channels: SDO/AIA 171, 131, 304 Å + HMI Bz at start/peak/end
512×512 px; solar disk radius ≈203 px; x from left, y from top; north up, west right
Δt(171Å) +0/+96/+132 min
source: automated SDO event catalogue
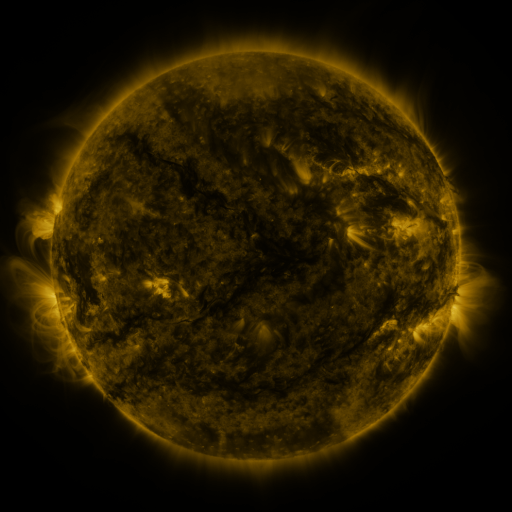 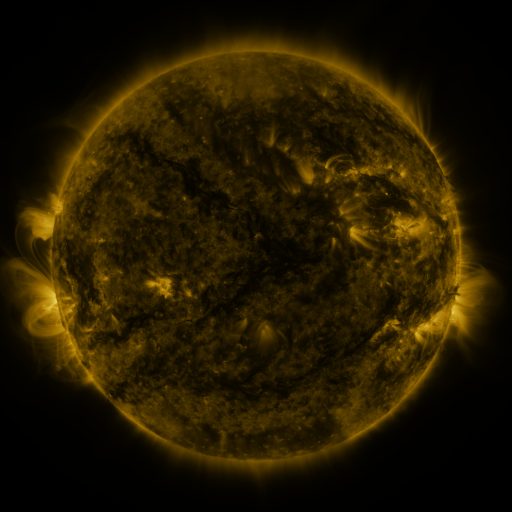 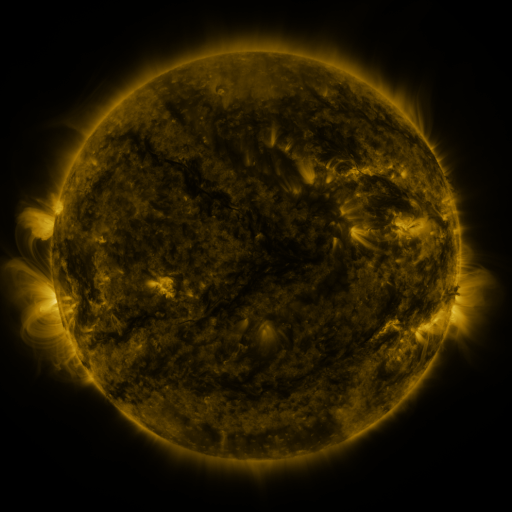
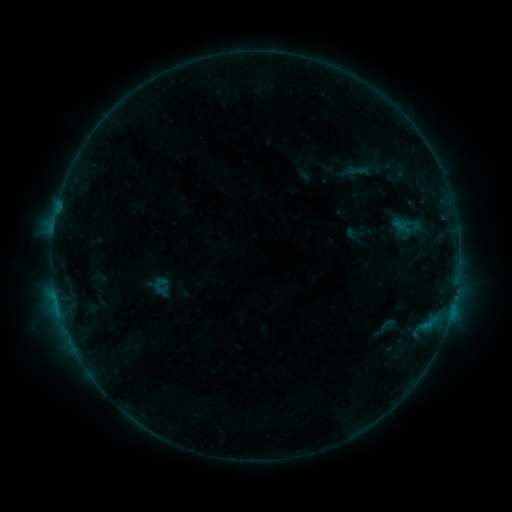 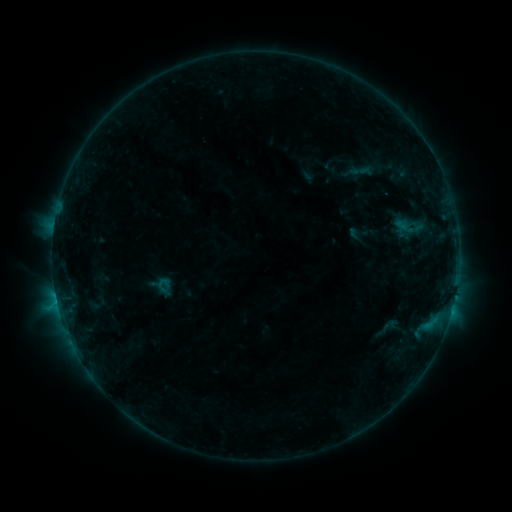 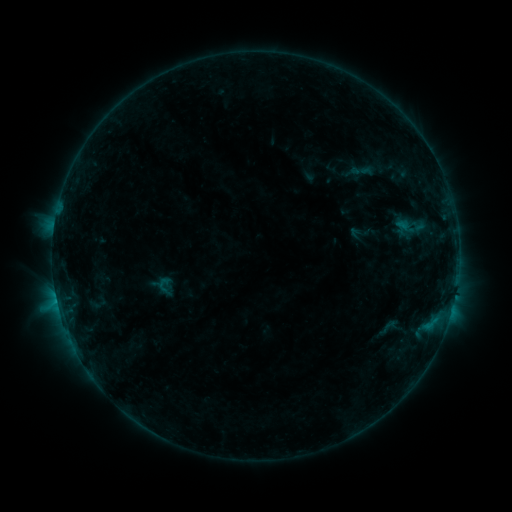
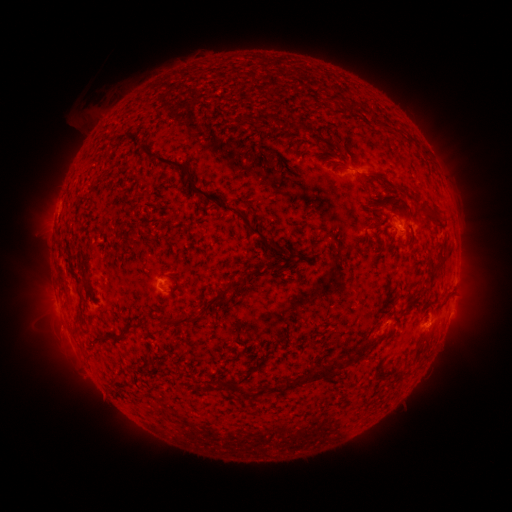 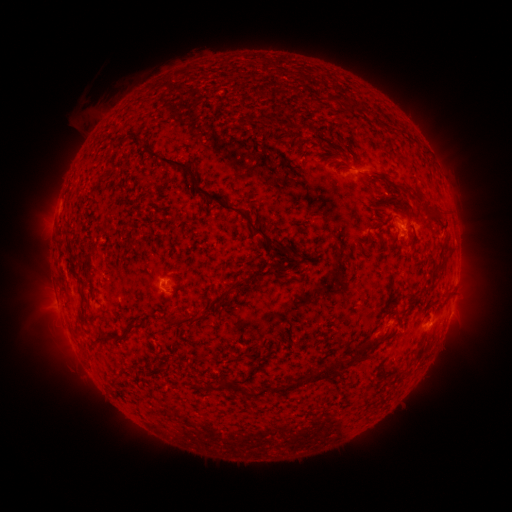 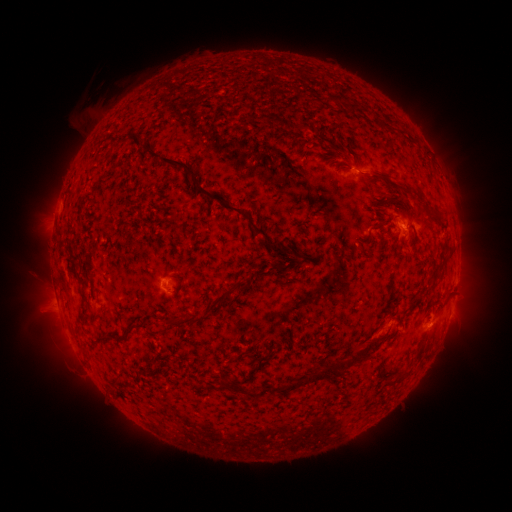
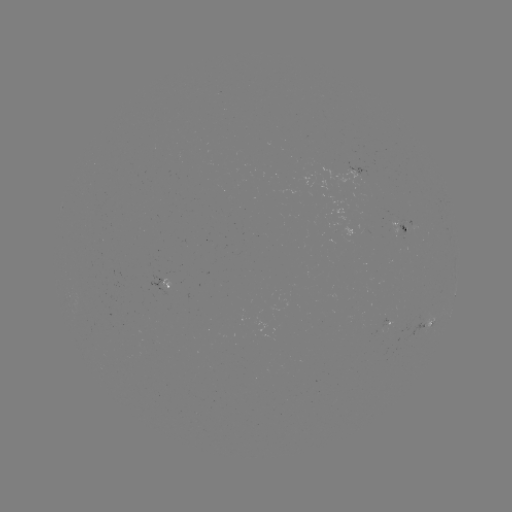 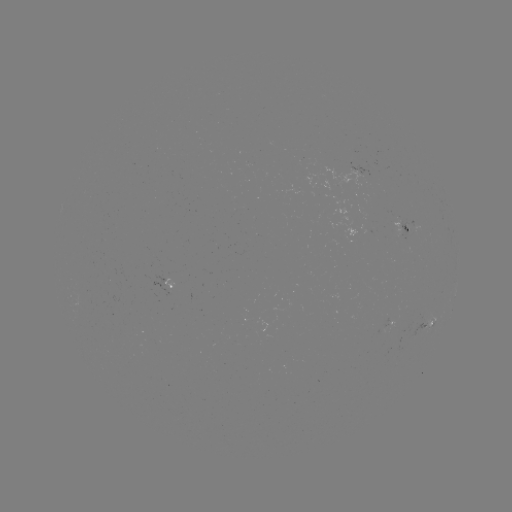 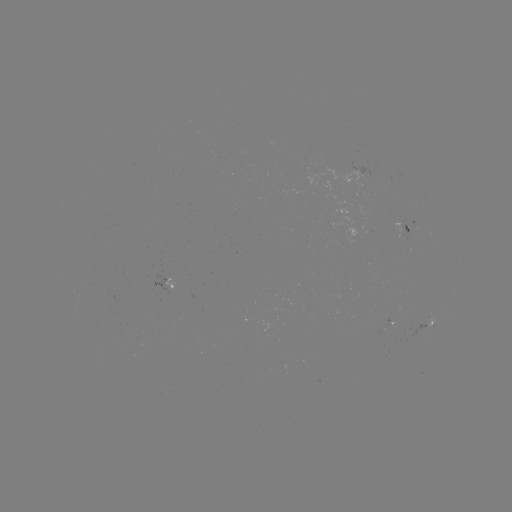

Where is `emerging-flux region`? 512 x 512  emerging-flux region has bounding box [150, 275, 174, 296].